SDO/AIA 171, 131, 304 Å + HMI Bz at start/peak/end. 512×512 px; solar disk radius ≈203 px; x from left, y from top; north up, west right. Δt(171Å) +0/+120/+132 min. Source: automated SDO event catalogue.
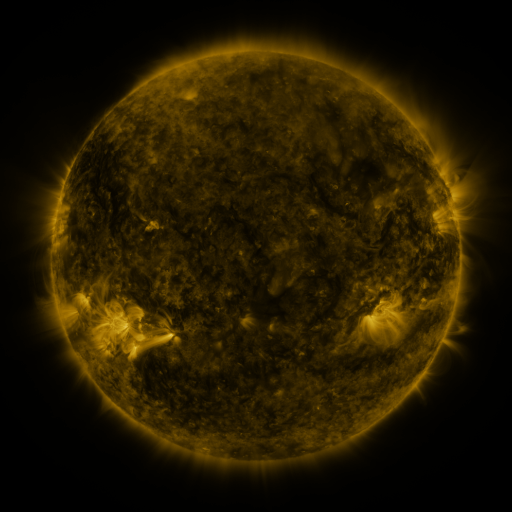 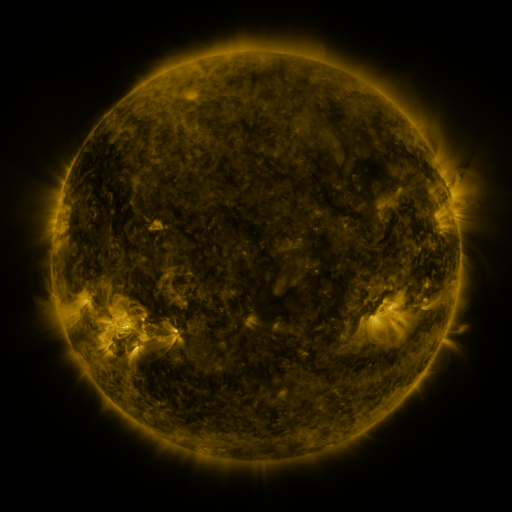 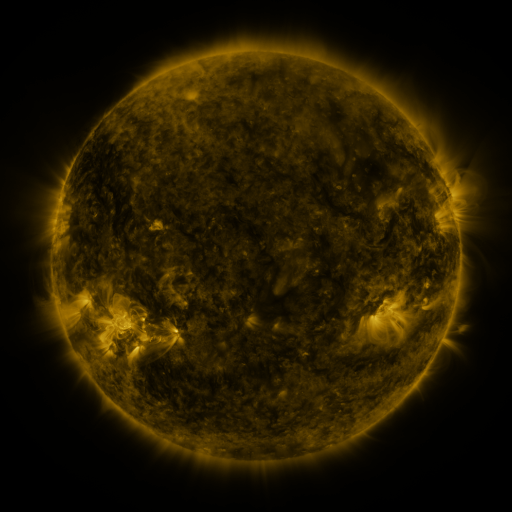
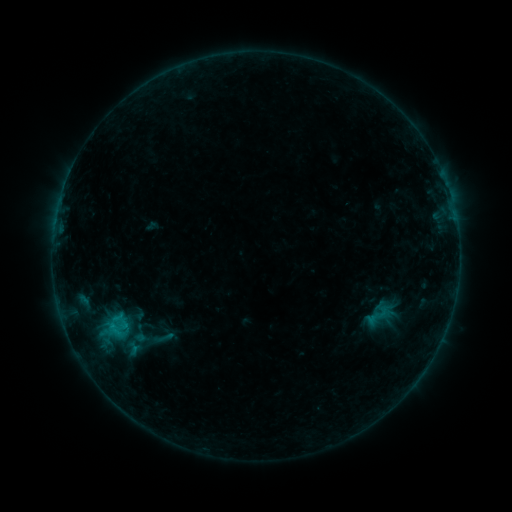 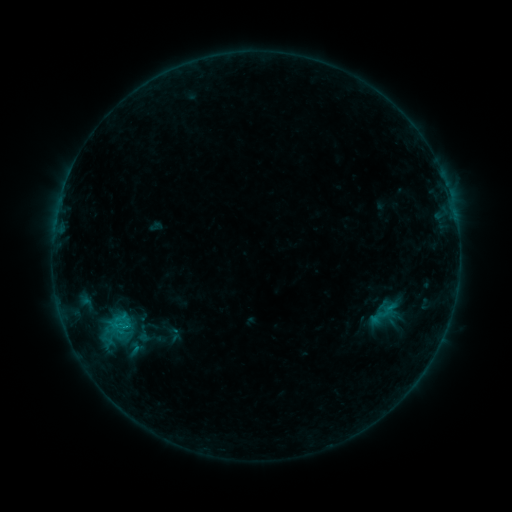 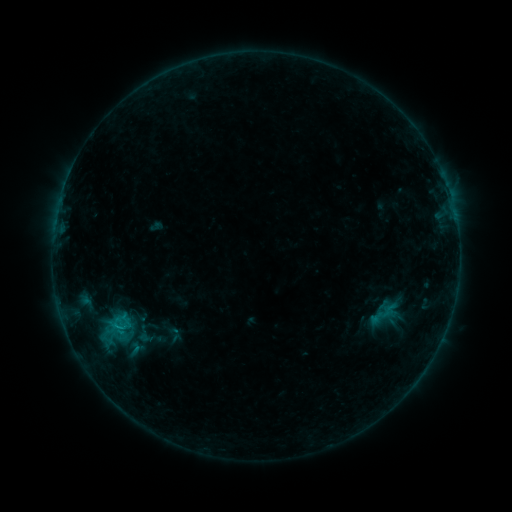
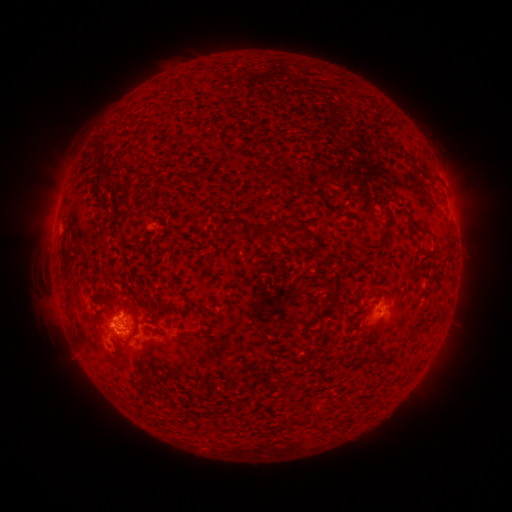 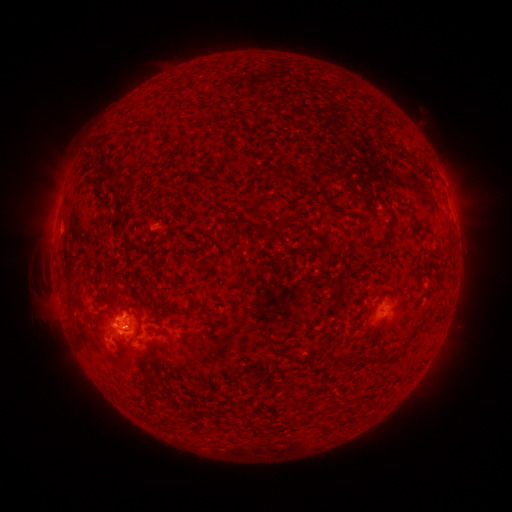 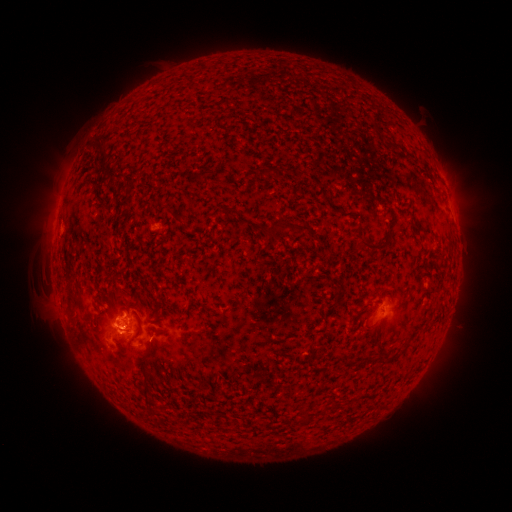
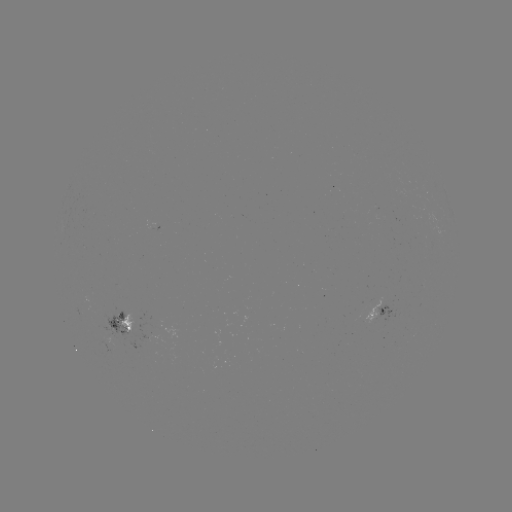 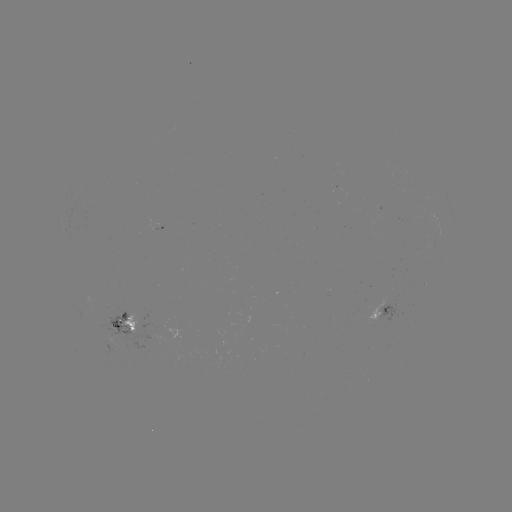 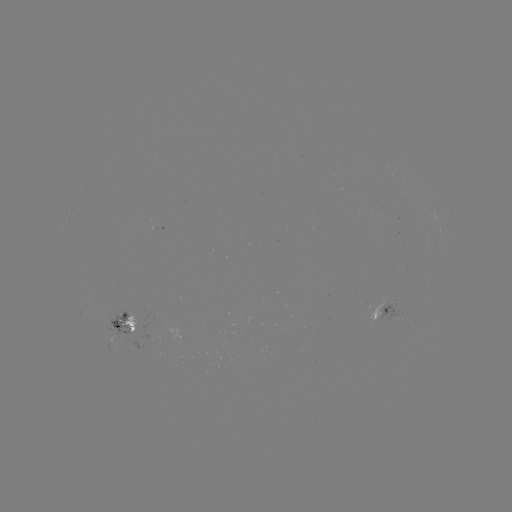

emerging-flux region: <bbox>98, 307, 137, 342</bbox>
